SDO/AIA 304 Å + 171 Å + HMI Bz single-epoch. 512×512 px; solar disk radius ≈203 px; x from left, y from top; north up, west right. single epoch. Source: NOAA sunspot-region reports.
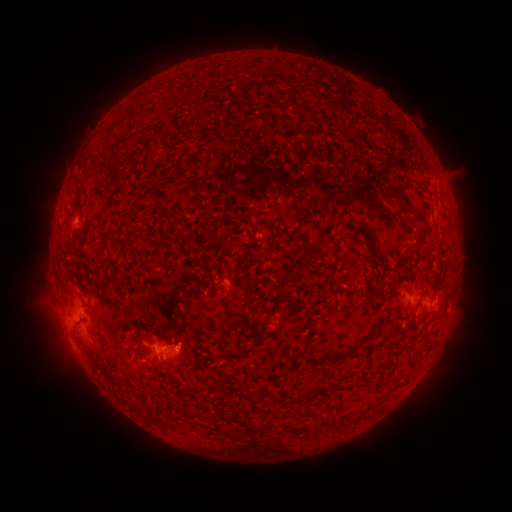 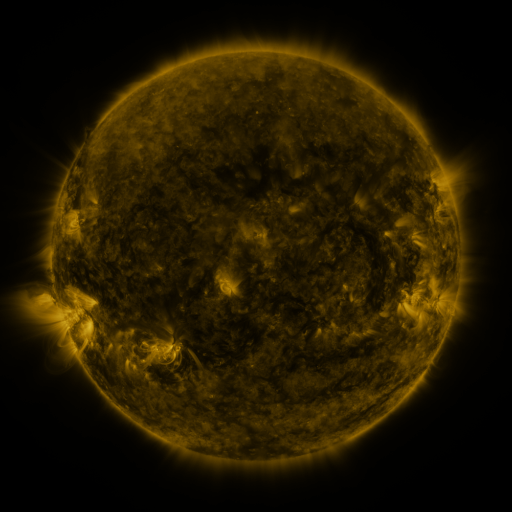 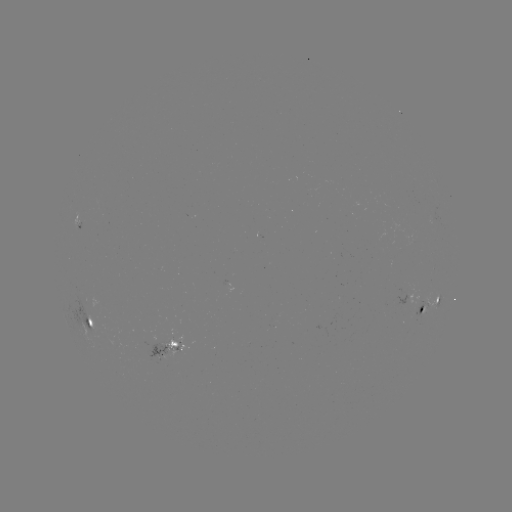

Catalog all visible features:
spotted active region: (431, 303)
spotted active region: (92, 322)
spotted active region: (167, 352)
